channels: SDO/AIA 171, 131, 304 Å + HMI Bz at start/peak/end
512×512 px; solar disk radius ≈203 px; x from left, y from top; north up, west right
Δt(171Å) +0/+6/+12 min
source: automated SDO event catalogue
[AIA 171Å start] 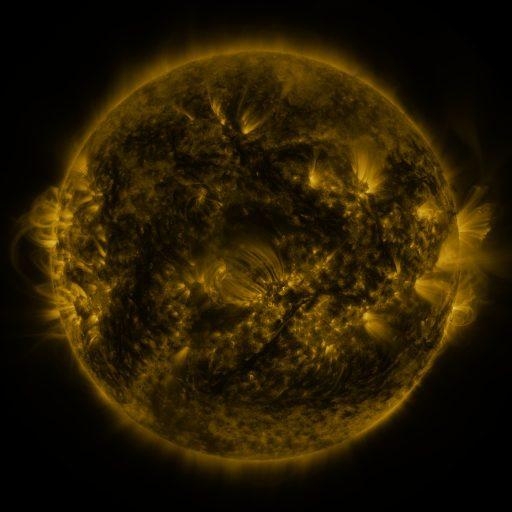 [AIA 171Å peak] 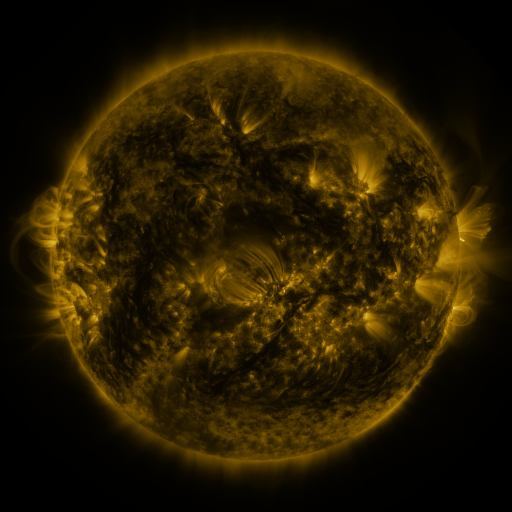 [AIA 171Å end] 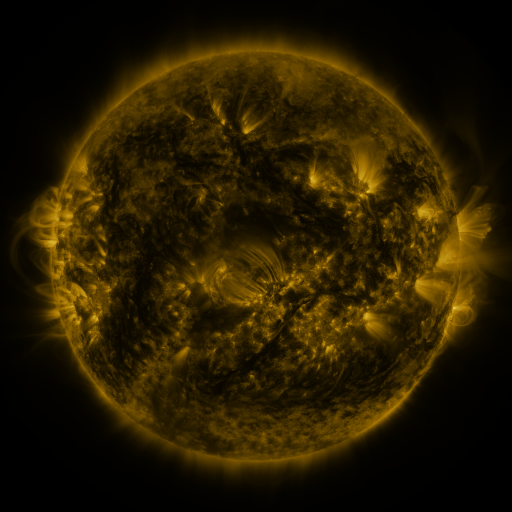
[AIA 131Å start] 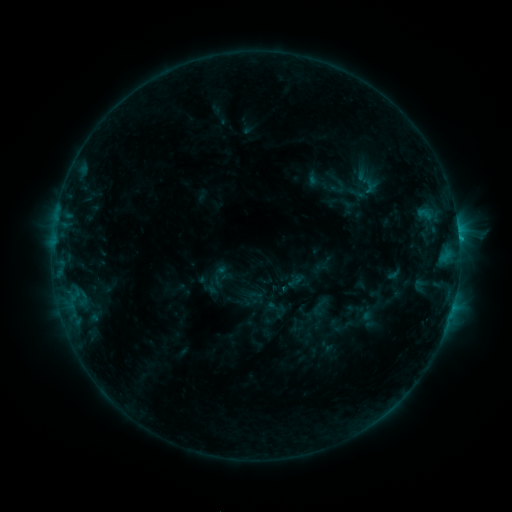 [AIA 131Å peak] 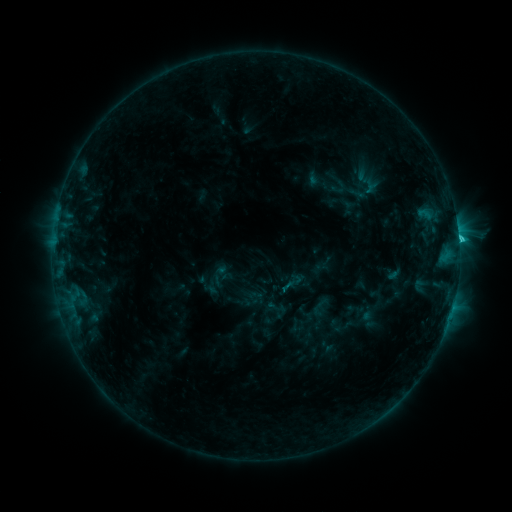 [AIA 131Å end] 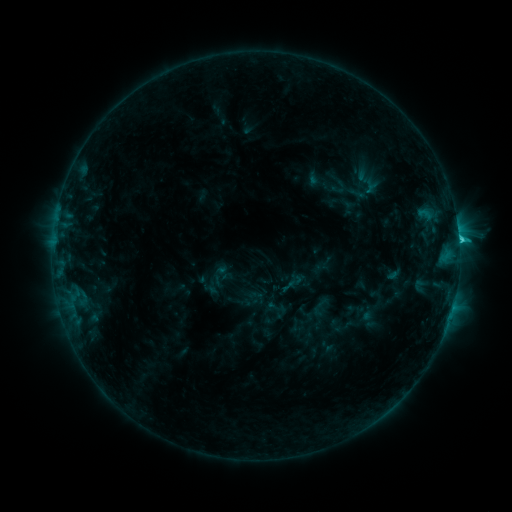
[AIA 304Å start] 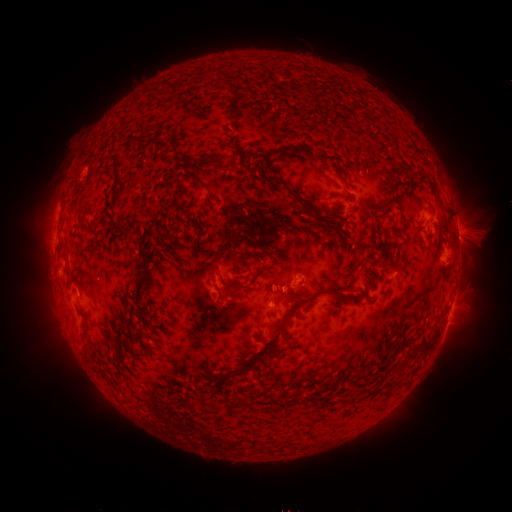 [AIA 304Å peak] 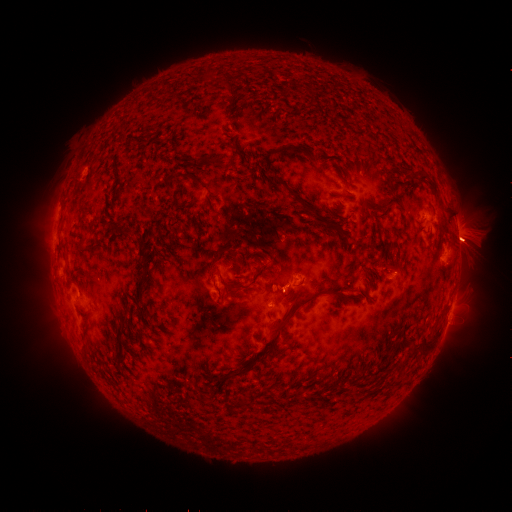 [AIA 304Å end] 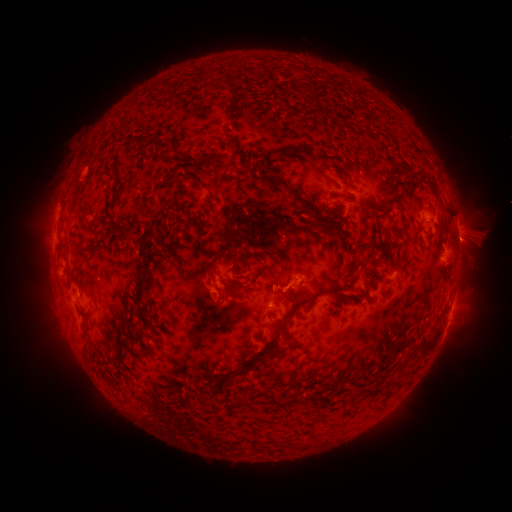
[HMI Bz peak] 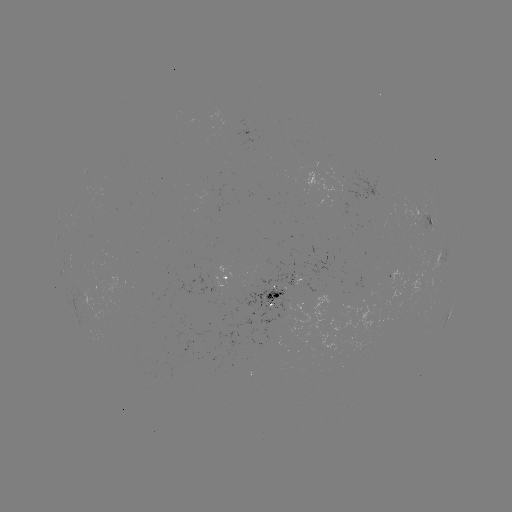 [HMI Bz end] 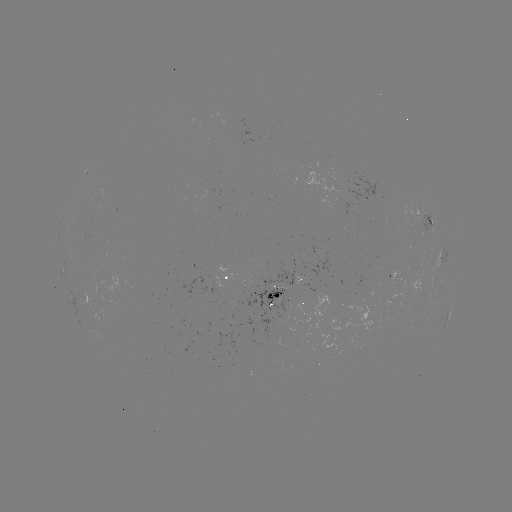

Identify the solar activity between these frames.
eruption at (471, 242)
